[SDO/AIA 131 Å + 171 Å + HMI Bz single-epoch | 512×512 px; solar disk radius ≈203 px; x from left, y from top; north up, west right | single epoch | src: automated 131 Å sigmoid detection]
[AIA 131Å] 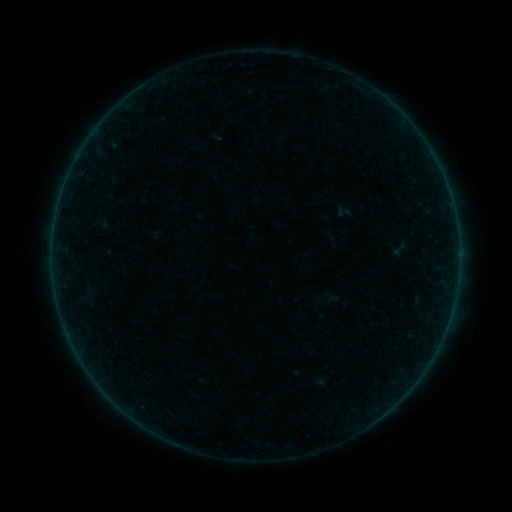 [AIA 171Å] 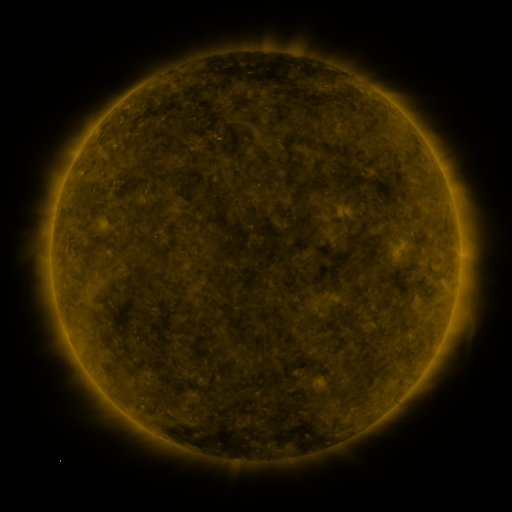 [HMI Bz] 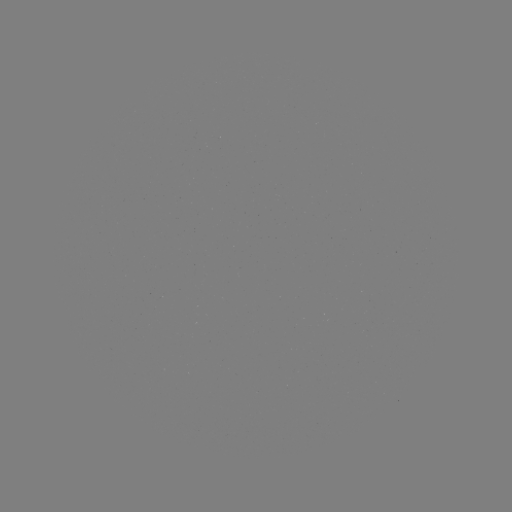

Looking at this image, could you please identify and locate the sigmoid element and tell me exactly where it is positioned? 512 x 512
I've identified sigmoid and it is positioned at [399, 249].